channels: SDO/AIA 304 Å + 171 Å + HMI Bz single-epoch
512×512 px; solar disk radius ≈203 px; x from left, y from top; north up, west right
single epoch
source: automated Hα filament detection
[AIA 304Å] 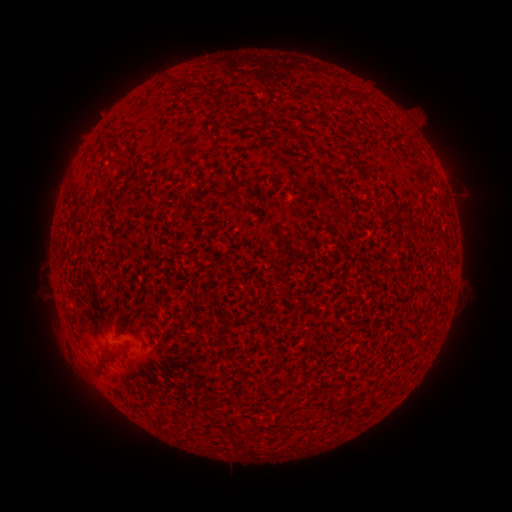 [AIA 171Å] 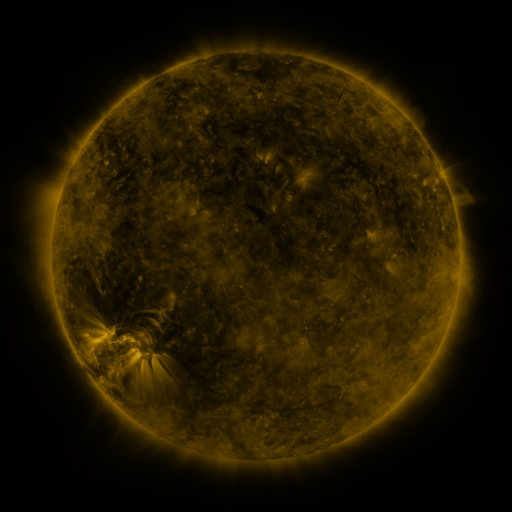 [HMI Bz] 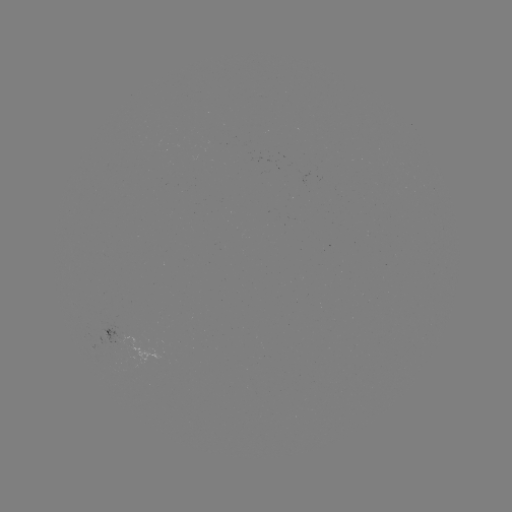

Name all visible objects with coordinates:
filament: <bbox>336, 88, 350, 106</bbox>
filament: <bbox>244, 110, 265, 123</bbox>
filament: <bbox>356, 165, 371, 177</bbox>
filament: <bbox>118, 187, 130, 200</bbox>
filament: <bbox>386, 206, 398, 213</bbox>
filament: <bbox>93, 349, 120, 373</bbox>
